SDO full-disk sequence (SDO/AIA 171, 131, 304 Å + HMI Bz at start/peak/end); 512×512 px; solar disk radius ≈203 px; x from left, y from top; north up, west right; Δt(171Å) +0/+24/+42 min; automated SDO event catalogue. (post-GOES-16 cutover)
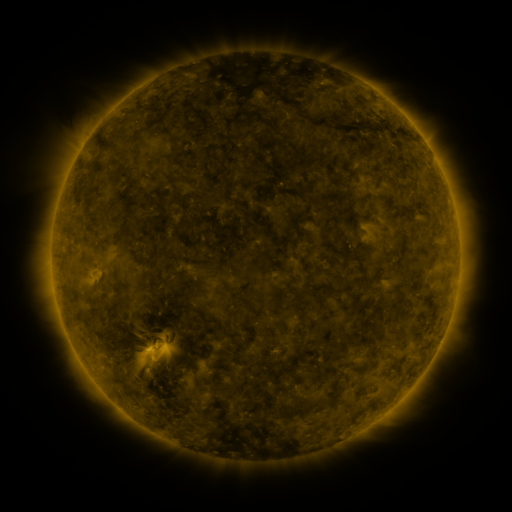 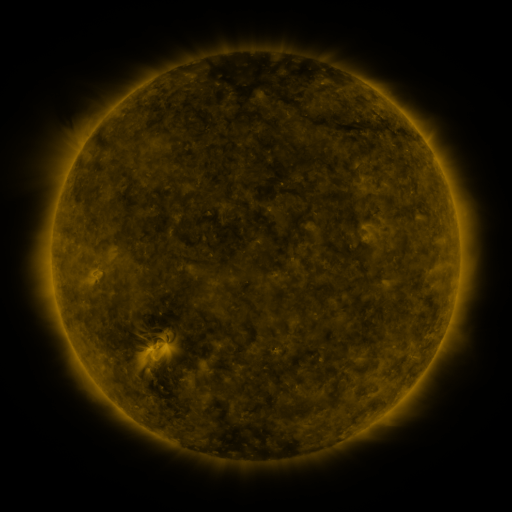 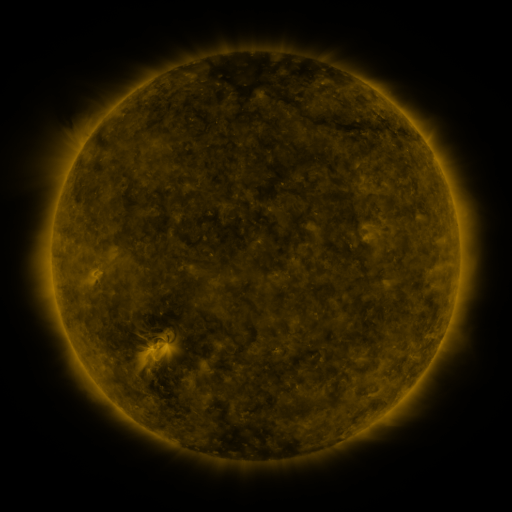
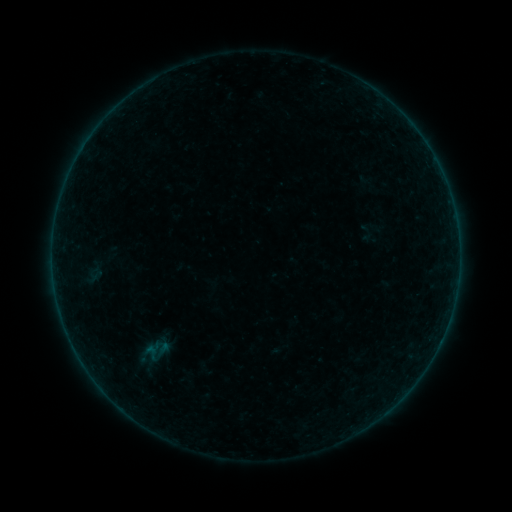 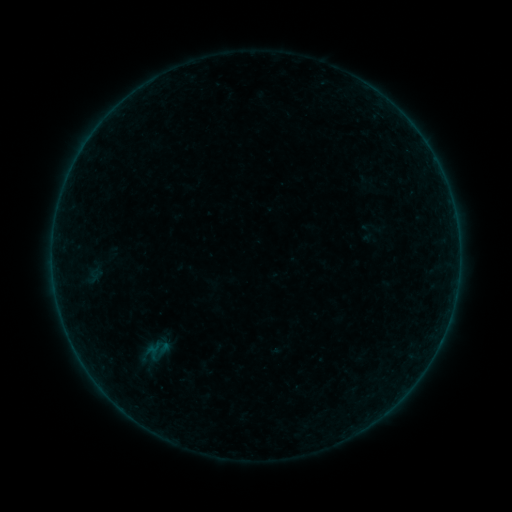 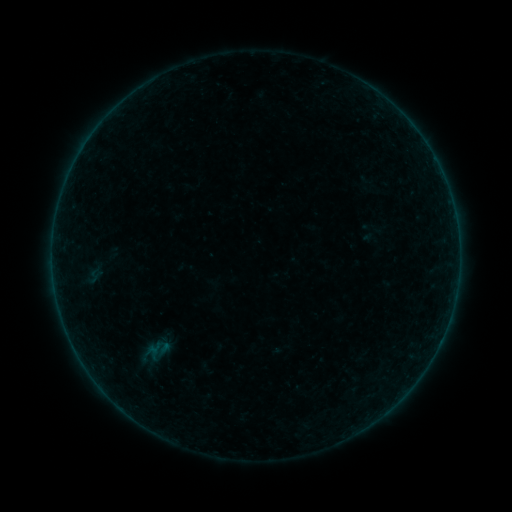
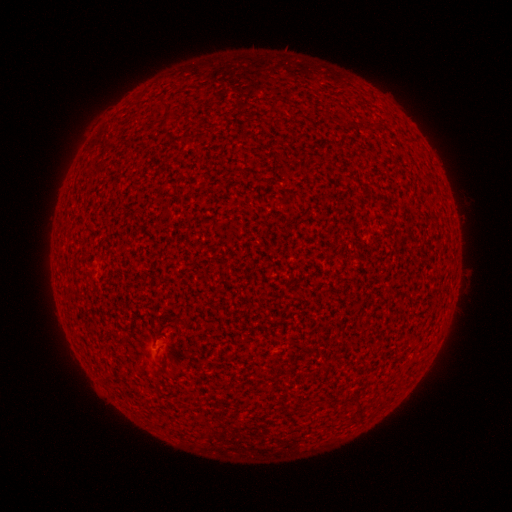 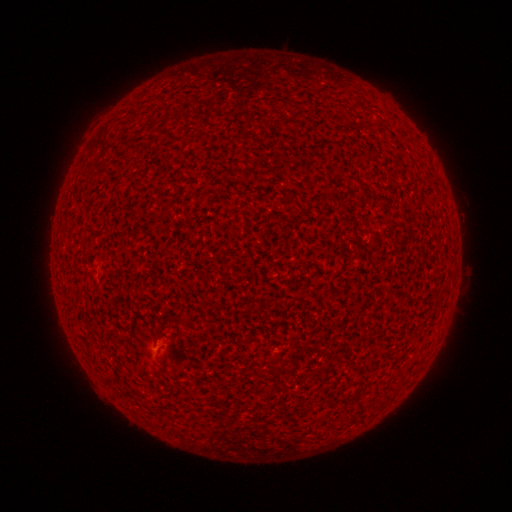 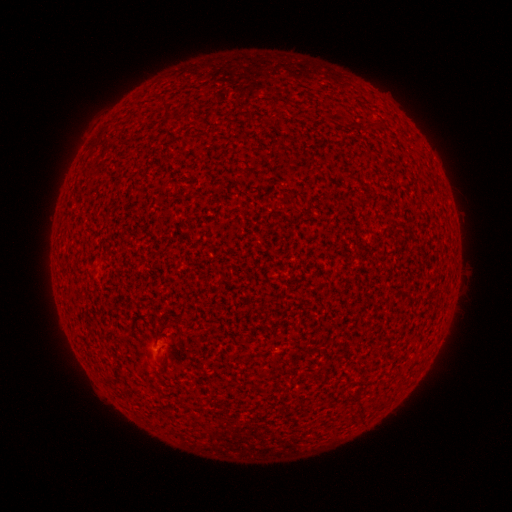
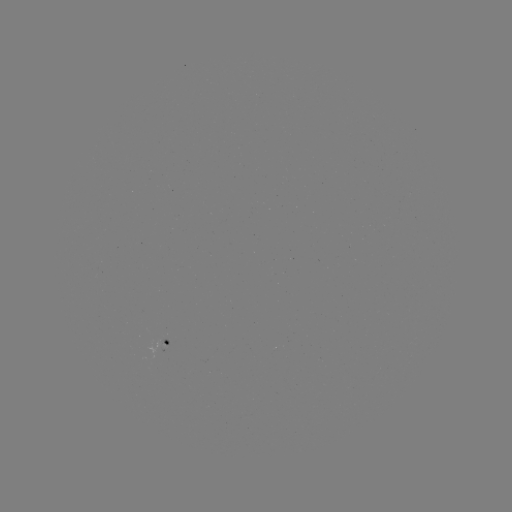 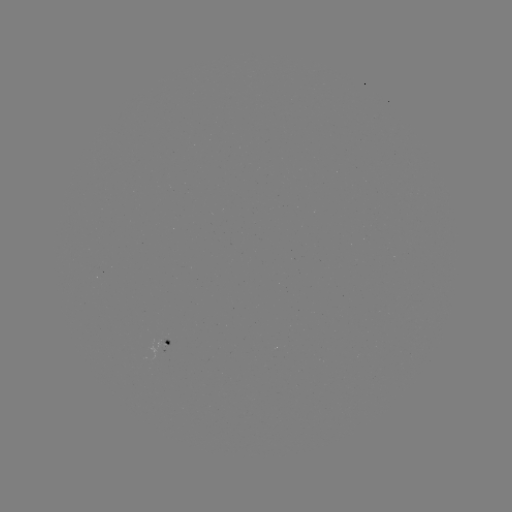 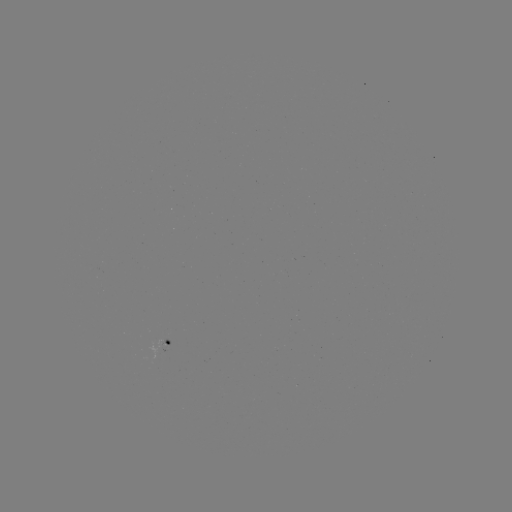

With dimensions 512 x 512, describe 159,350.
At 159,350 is A2.1 flare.